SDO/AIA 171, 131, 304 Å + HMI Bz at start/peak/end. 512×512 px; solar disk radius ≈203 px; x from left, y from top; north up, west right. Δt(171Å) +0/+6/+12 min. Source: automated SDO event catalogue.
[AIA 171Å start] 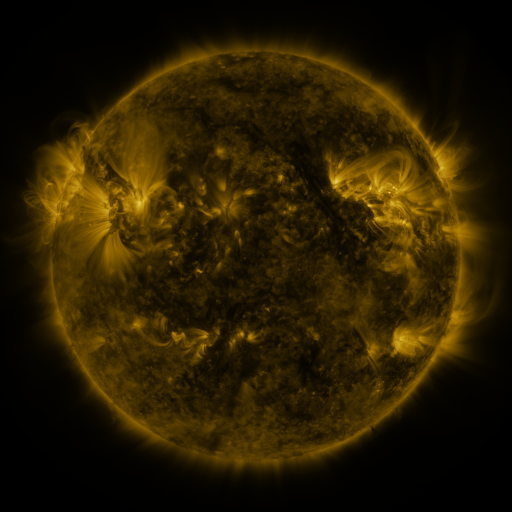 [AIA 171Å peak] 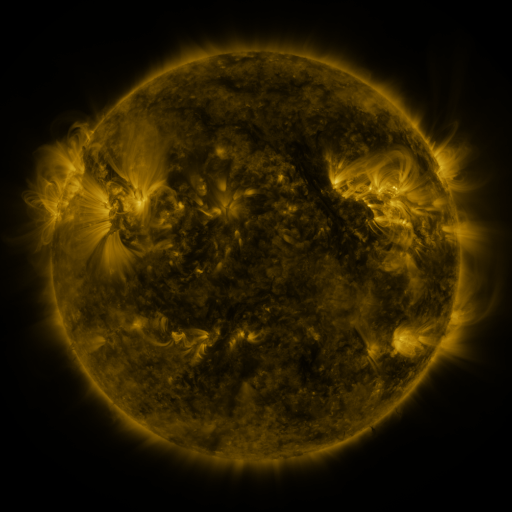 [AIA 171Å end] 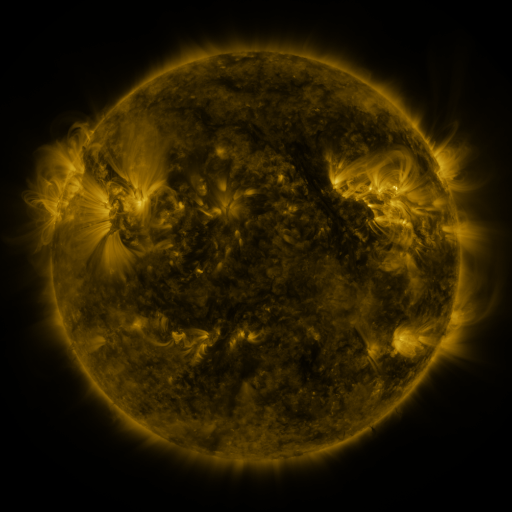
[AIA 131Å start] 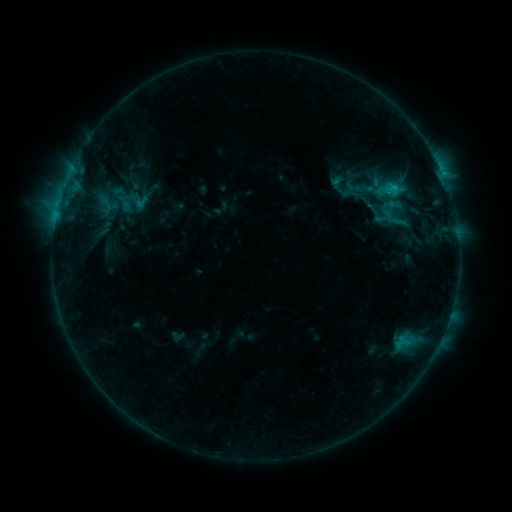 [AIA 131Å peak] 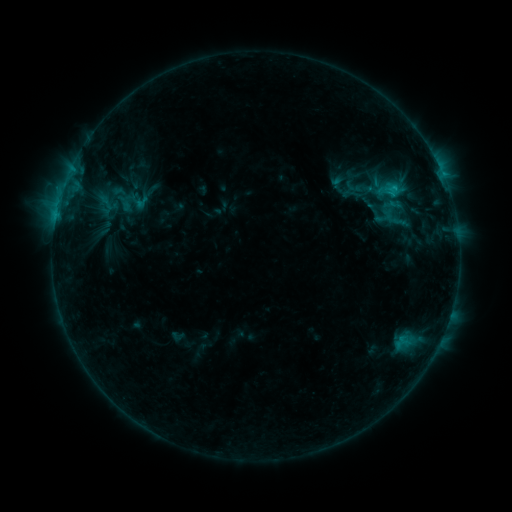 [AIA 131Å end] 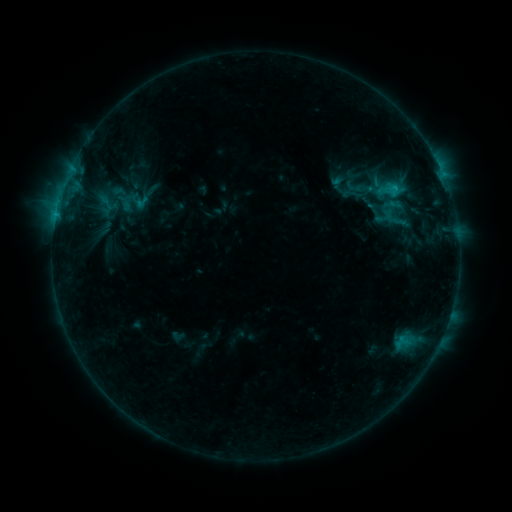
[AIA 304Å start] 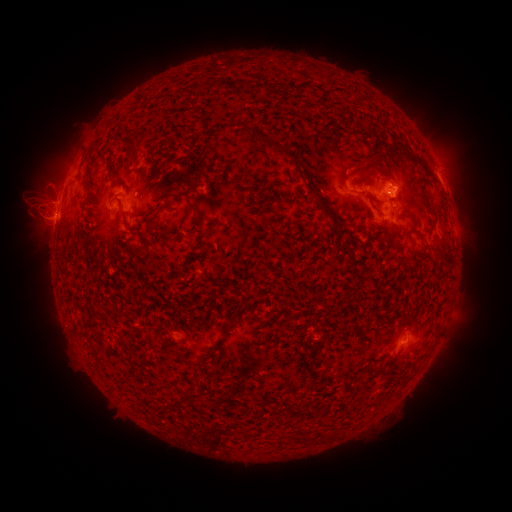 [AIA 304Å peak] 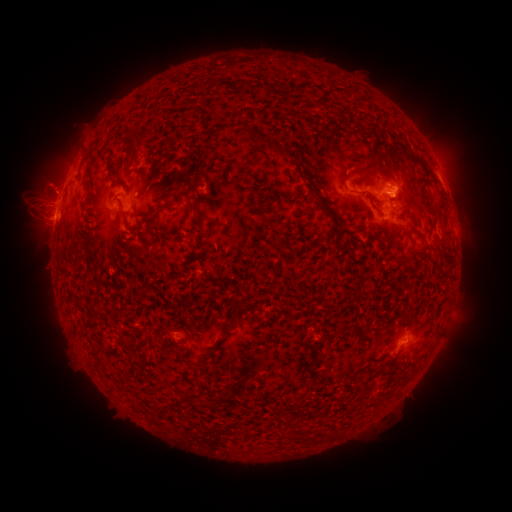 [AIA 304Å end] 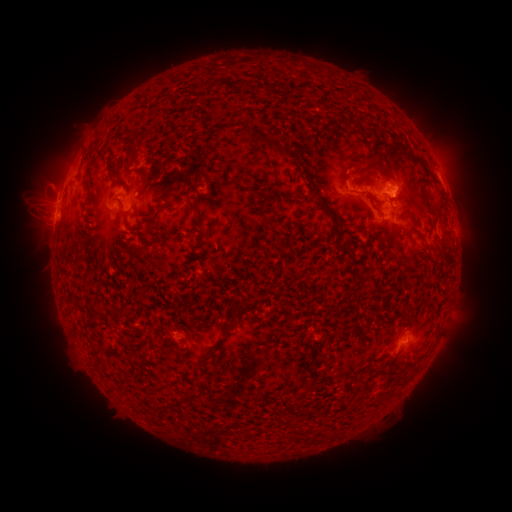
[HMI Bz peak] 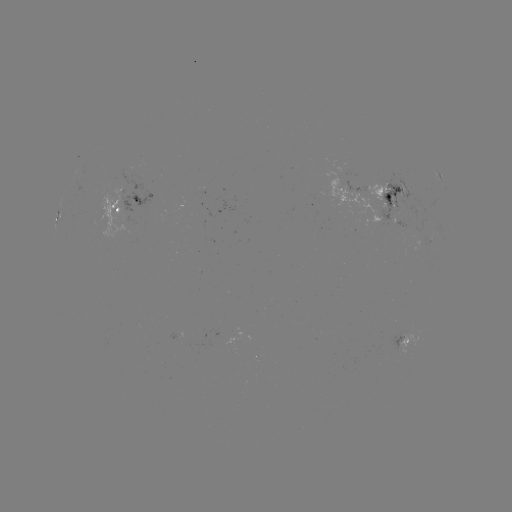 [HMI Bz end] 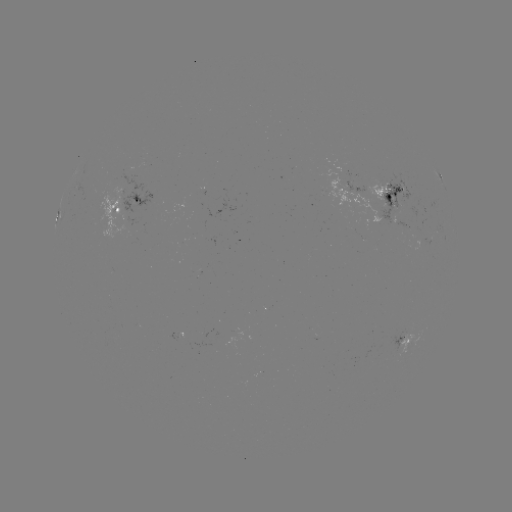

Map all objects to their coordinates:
eruption: (55, 183)
